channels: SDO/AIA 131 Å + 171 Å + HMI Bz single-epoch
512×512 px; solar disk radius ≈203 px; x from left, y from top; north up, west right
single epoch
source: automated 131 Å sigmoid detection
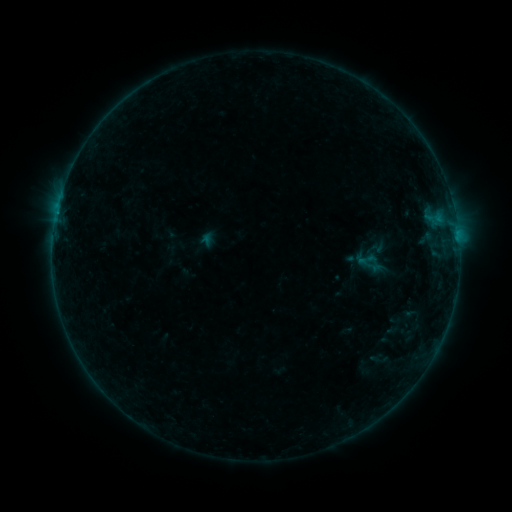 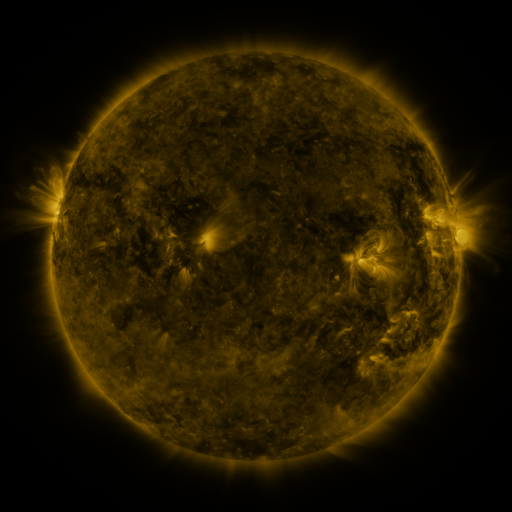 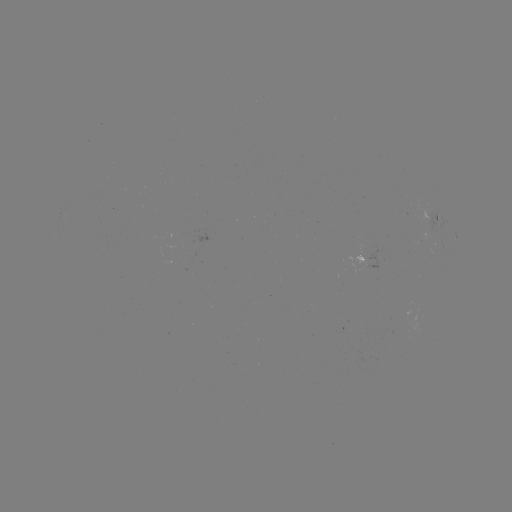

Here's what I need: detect sigmoid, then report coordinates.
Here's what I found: sigmoid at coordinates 366,259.